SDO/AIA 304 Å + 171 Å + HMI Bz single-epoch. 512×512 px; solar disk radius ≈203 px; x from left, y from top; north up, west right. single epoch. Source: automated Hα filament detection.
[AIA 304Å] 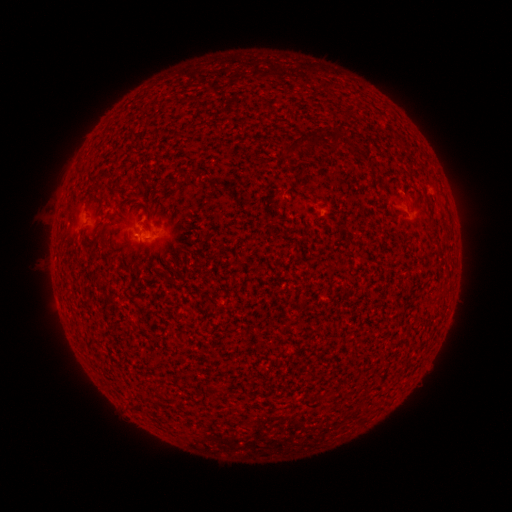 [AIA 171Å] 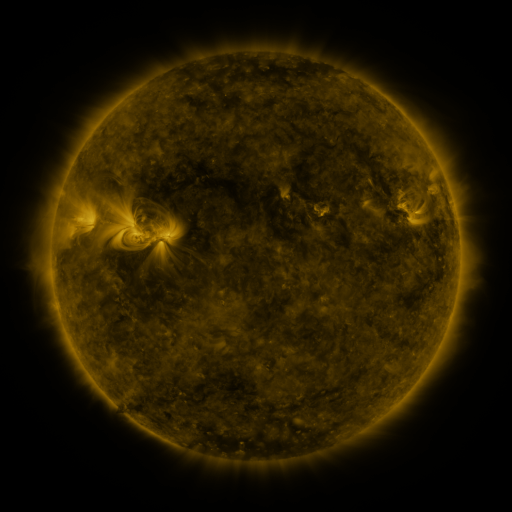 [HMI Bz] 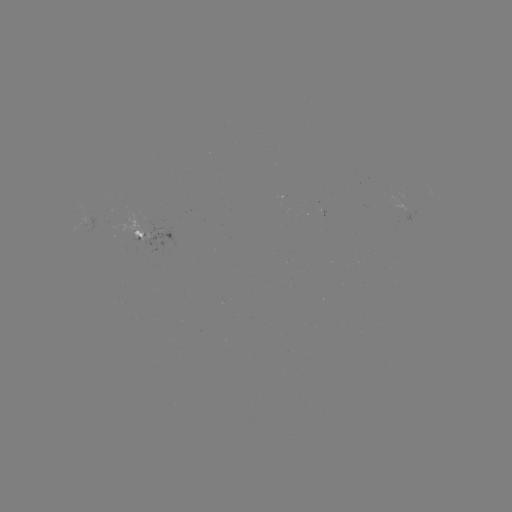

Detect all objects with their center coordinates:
filament: (336, 139)
filament: (166, 184)
filament: (433, 223)
filament: (152, 401)
